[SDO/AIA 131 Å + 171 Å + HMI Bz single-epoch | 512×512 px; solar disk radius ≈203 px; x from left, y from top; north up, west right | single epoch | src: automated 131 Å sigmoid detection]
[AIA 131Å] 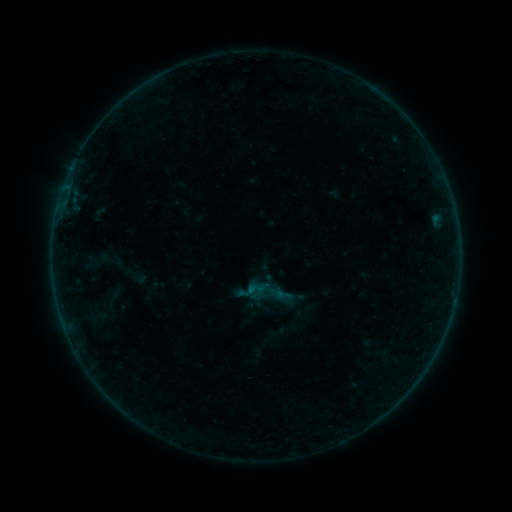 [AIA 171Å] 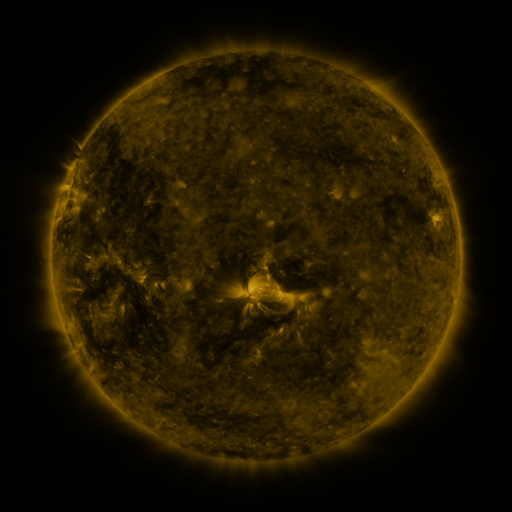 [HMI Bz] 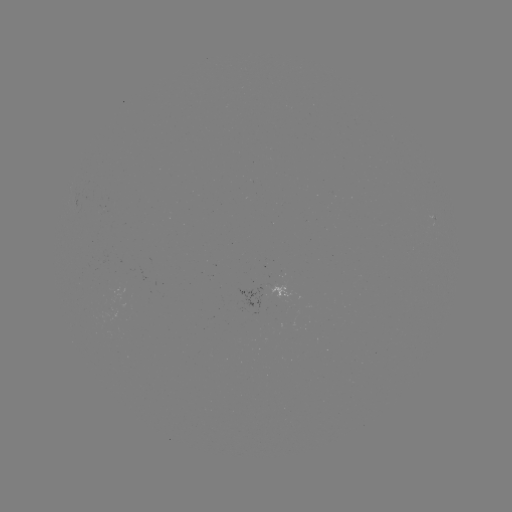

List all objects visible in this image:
sigmoid: (274, 286, 292, 303)
